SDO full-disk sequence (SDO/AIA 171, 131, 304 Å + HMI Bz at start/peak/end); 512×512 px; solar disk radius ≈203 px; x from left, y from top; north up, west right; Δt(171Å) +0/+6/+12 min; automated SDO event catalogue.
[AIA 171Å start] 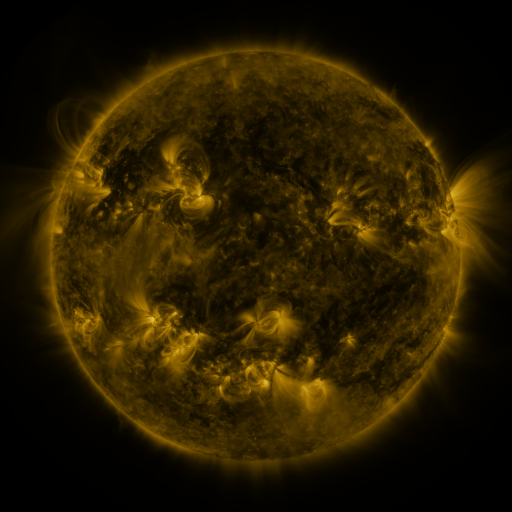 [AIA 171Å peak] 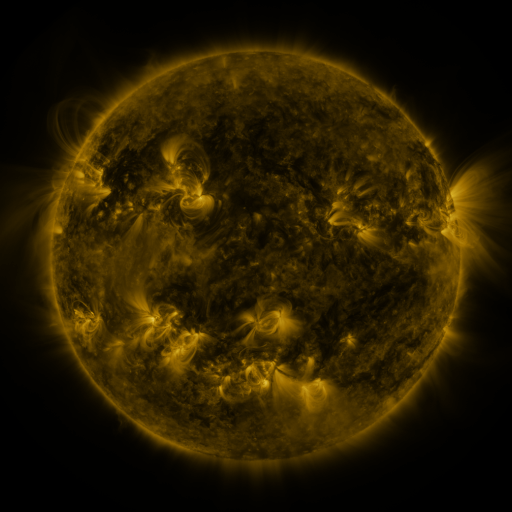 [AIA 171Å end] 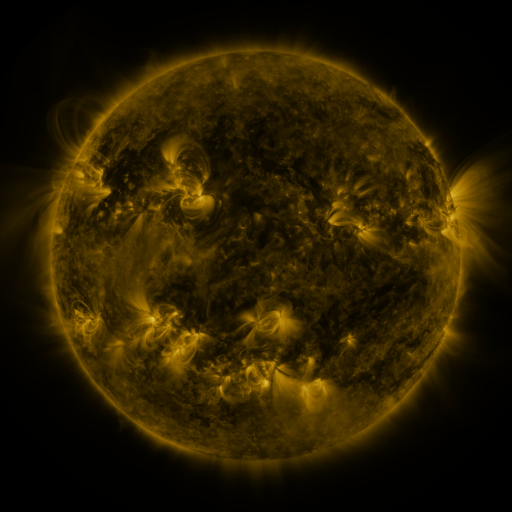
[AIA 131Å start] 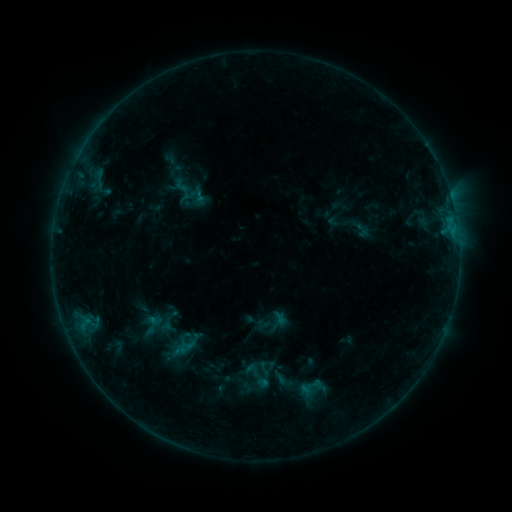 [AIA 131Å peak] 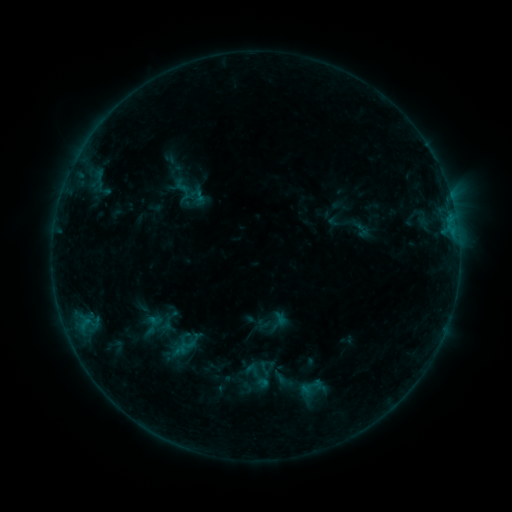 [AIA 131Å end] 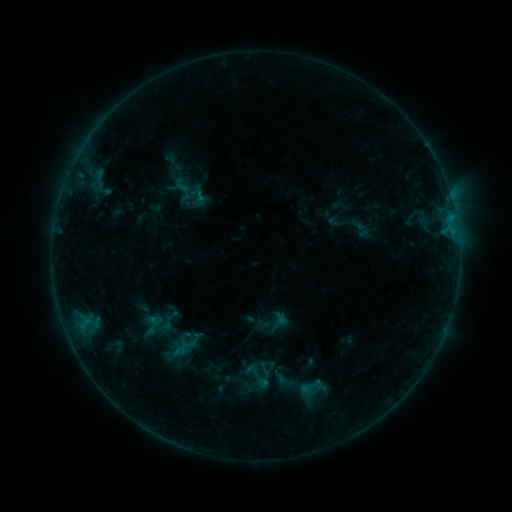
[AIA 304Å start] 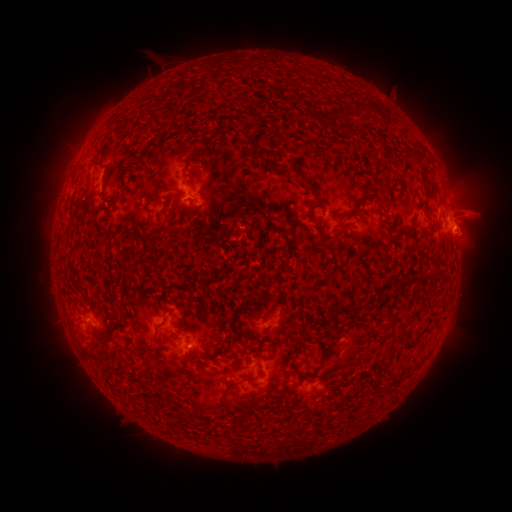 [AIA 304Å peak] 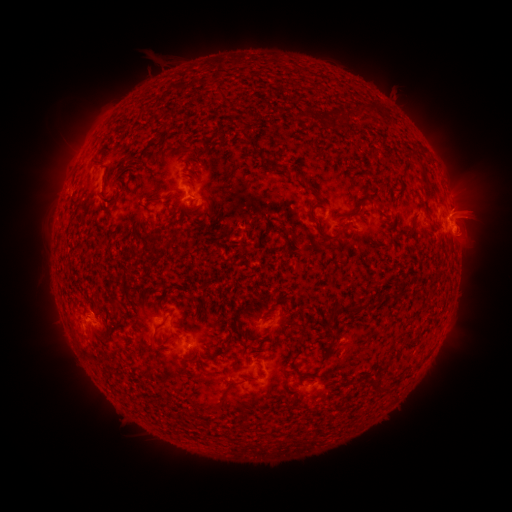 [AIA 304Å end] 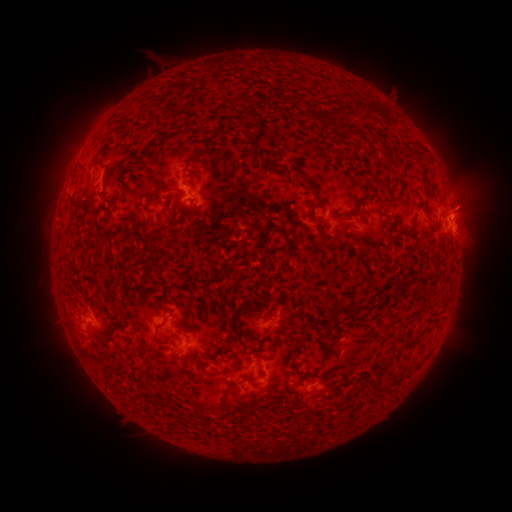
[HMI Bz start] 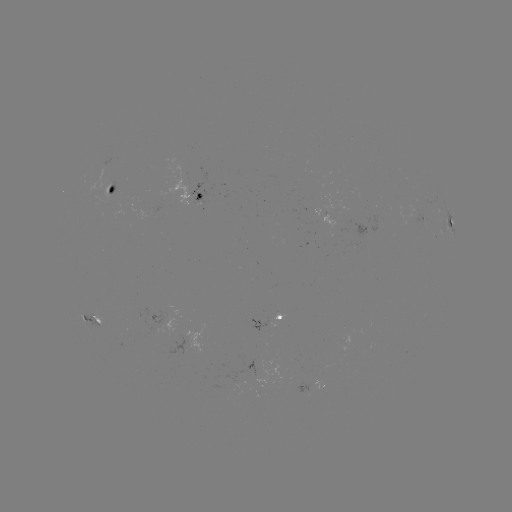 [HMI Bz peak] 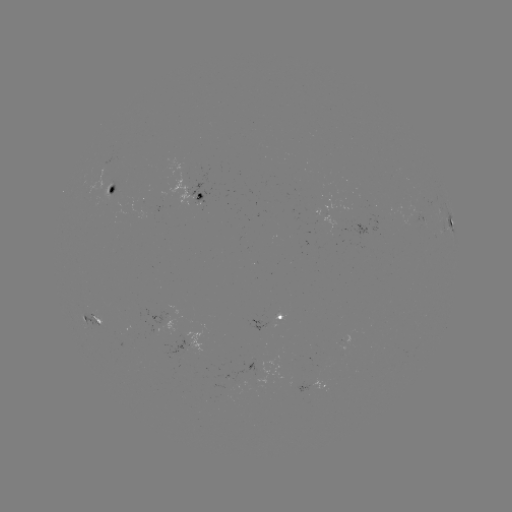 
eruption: (458, 197, 497, 242)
